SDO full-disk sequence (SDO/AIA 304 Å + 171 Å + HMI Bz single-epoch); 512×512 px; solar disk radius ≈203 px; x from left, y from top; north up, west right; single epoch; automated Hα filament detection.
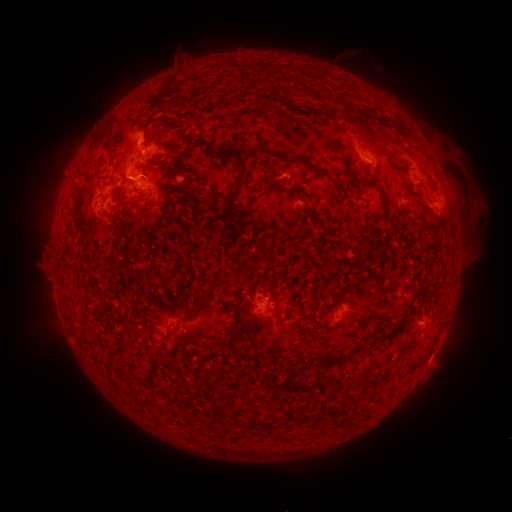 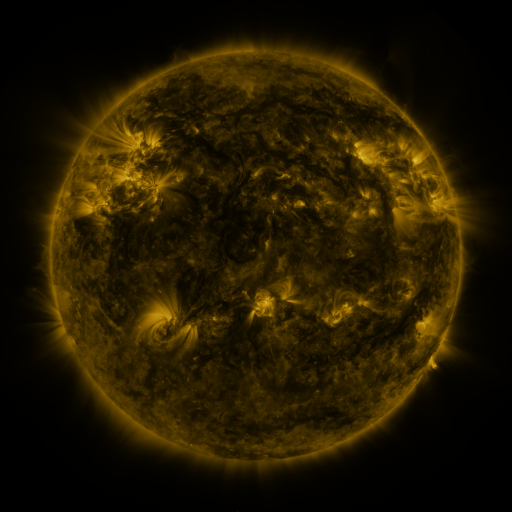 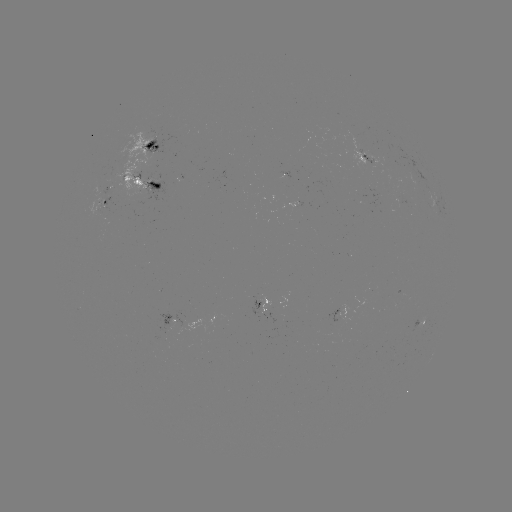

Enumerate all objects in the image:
filament: (327, 87, 344, 105)
filament: (153, 93, 164, 109)
filament: (361, 120, 386, 149)
filament: (223, 146, 247, 225)
filament: (289, 155, 324, 176)
filament: (360, 179, 372, 188)
filament: (381, 194, 390, 206)
filament: (119, 195, 145, 205)
filament: (223, 261, 258, 281)
filament: (209, 278, 218, 287)
filament: (272, 308, 279, 320)
filament: (232, 315, 240, 325)
filament: (318, 351, 348, 370)
filament: (212, 405, 226, 422)
filament: (311, 418, 321, 426)
